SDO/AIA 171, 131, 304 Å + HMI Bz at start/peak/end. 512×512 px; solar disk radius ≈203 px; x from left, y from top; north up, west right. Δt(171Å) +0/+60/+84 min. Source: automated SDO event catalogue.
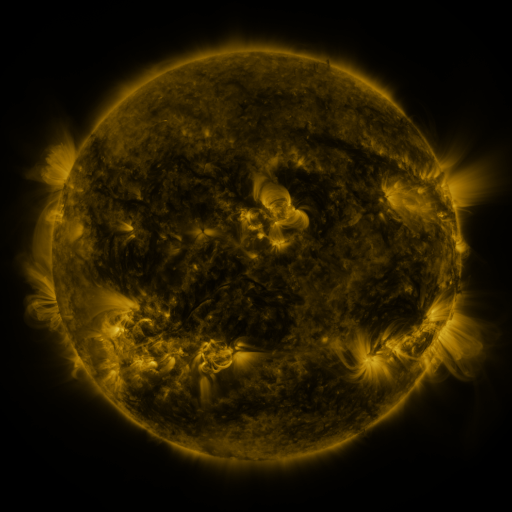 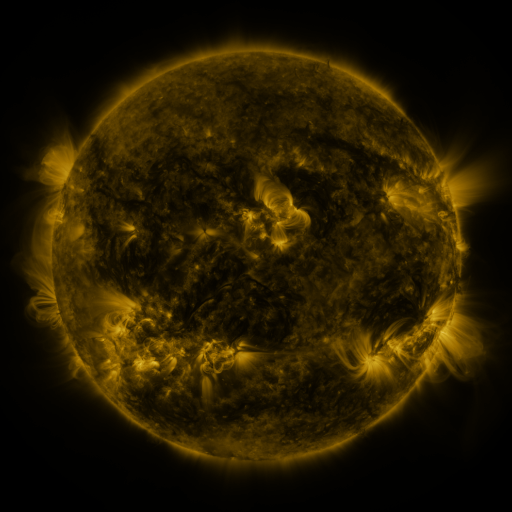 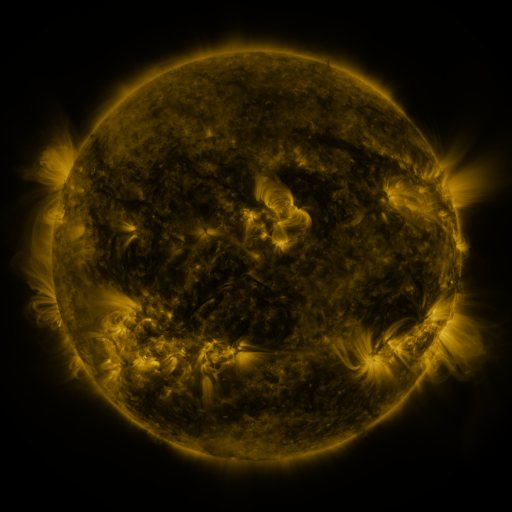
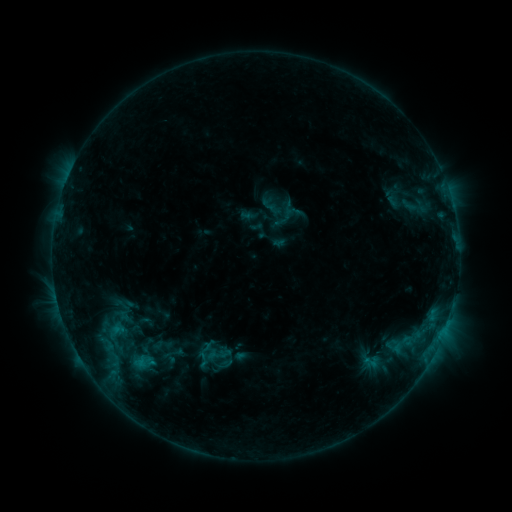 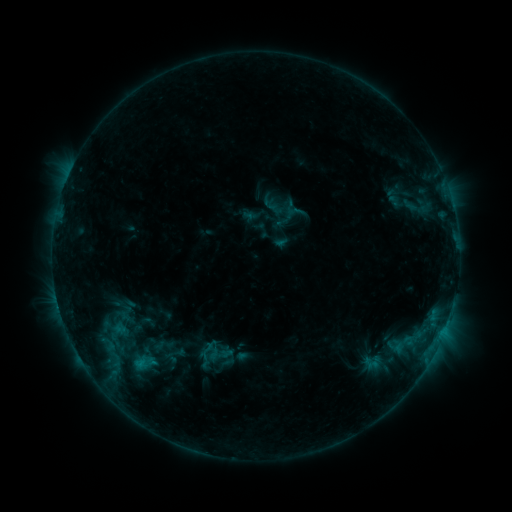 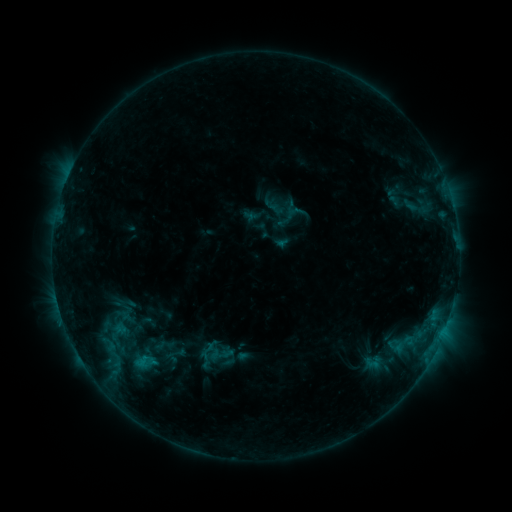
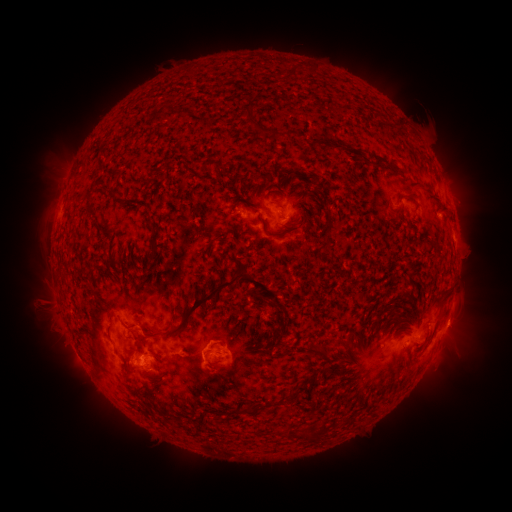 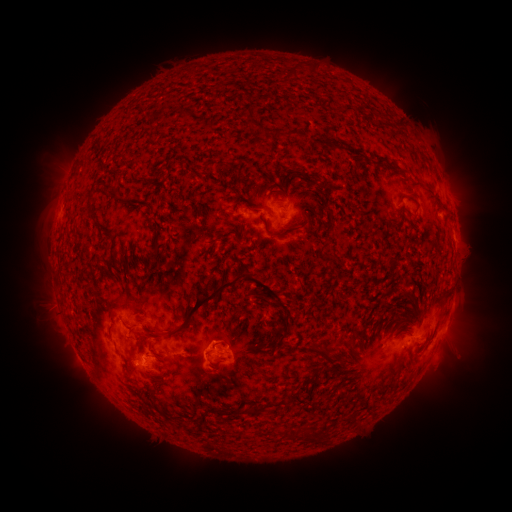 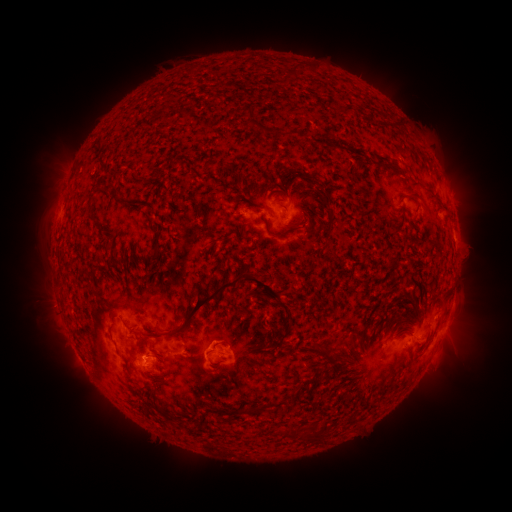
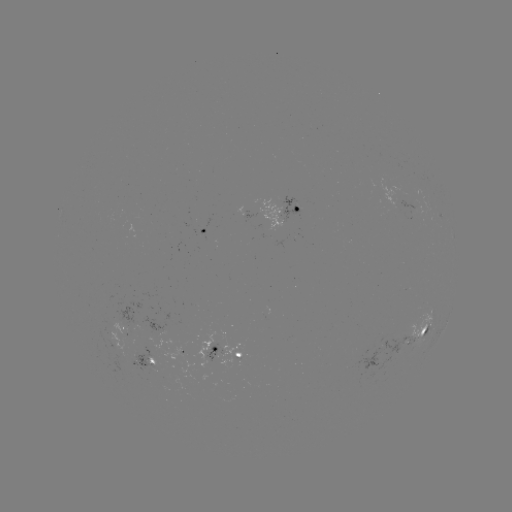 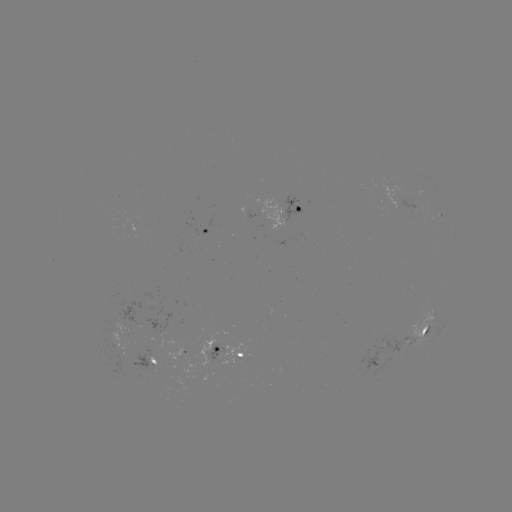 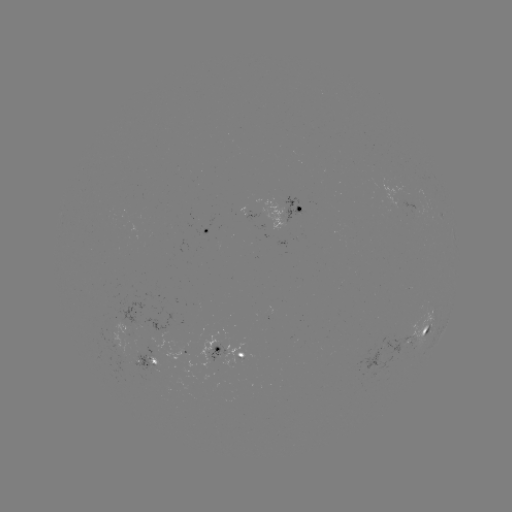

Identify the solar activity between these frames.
emerging-flux region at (241, 211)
